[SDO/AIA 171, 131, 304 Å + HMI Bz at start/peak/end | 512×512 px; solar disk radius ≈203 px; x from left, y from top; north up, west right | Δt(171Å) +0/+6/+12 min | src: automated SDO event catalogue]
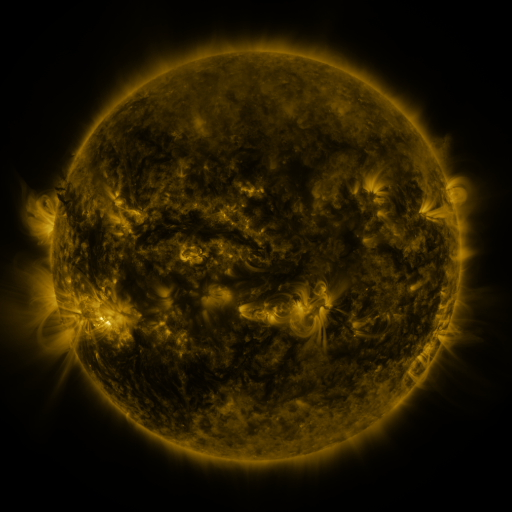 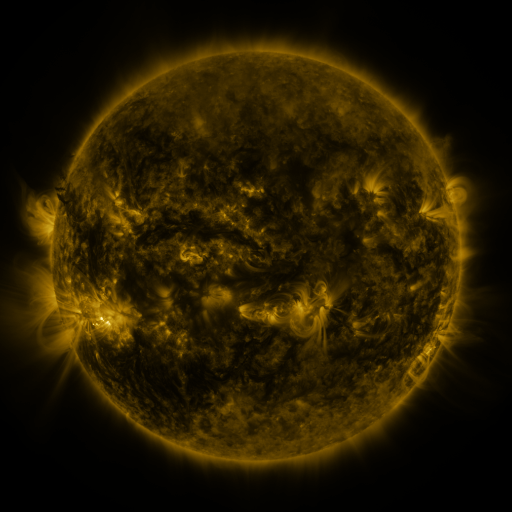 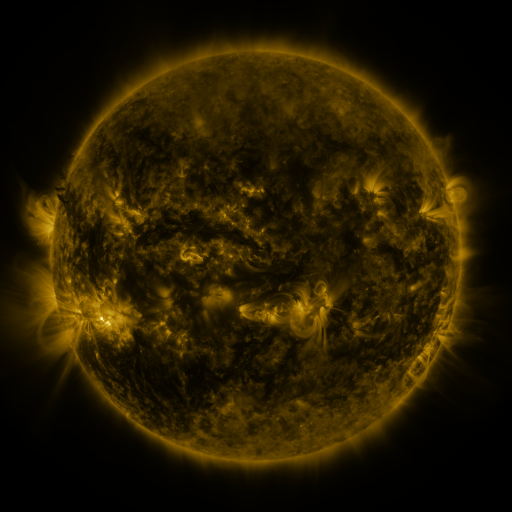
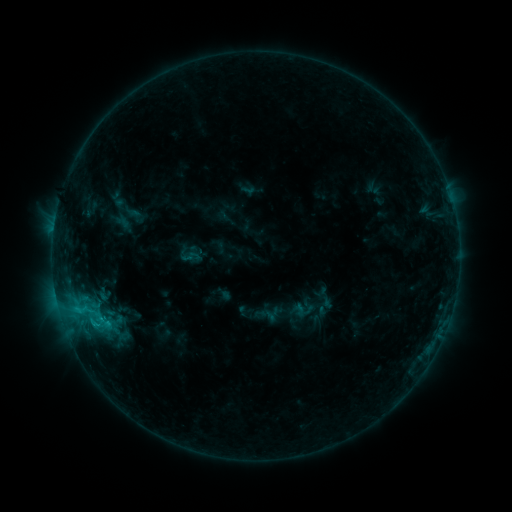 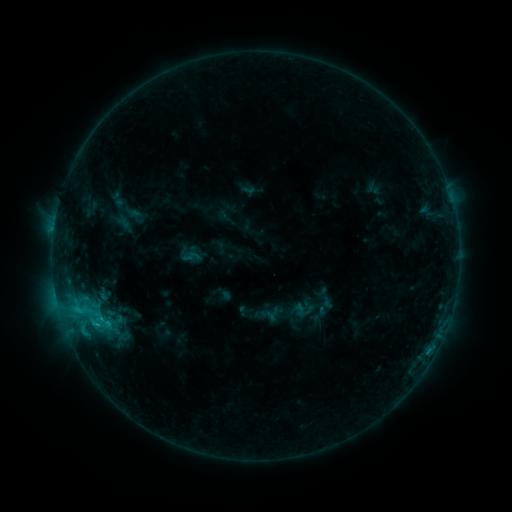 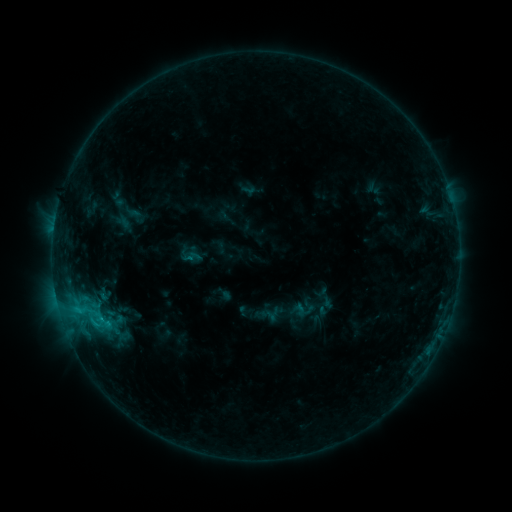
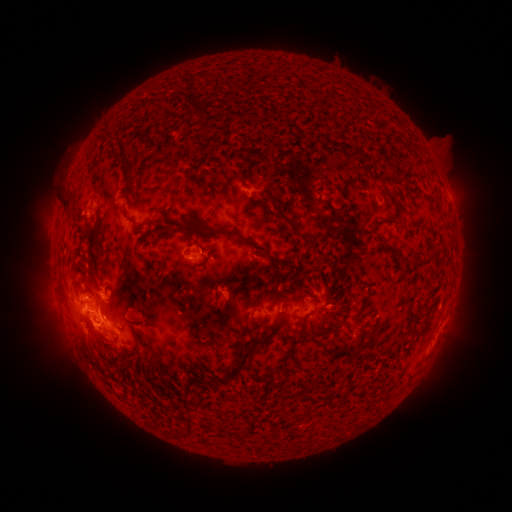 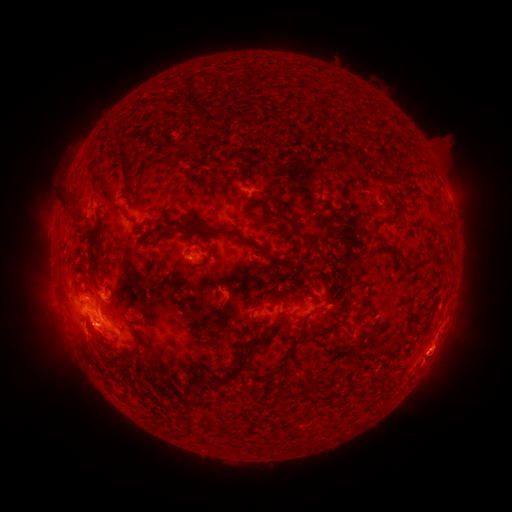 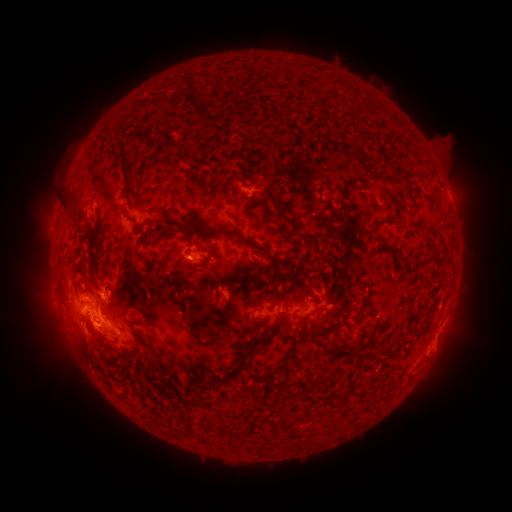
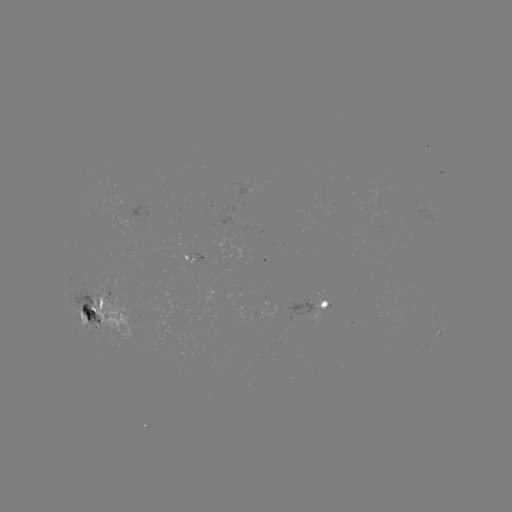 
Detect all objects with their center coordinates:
eruption: (440, 356)
